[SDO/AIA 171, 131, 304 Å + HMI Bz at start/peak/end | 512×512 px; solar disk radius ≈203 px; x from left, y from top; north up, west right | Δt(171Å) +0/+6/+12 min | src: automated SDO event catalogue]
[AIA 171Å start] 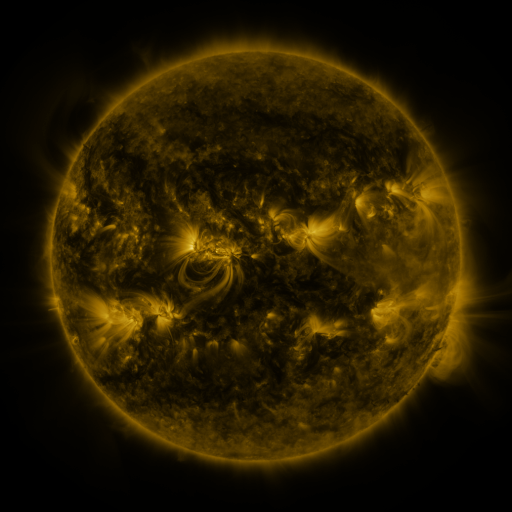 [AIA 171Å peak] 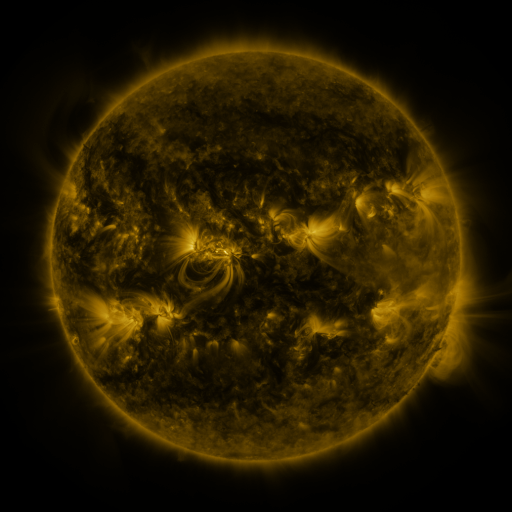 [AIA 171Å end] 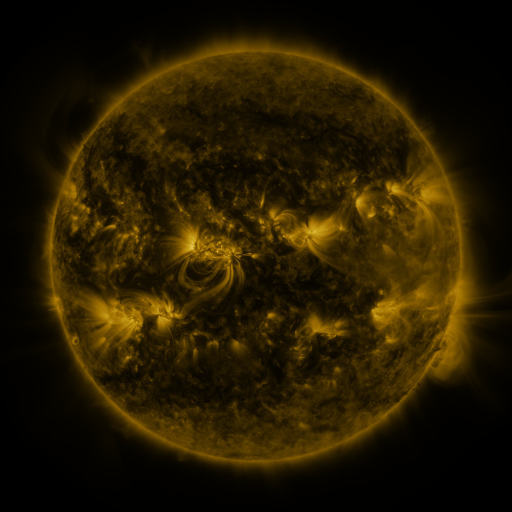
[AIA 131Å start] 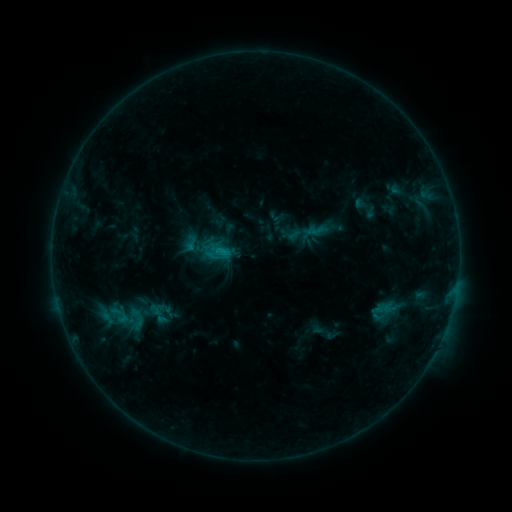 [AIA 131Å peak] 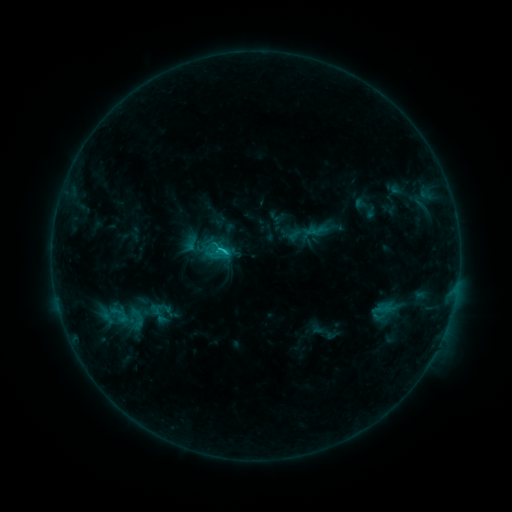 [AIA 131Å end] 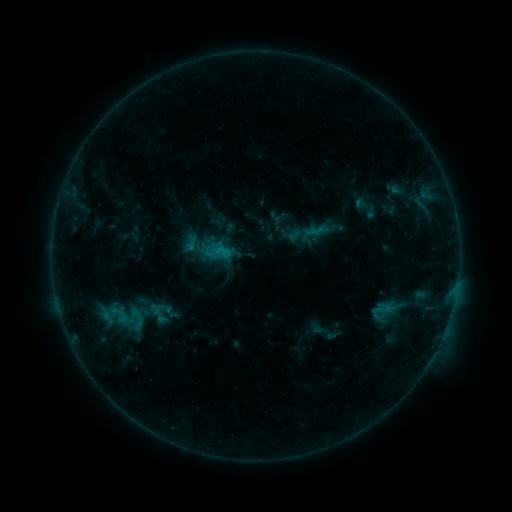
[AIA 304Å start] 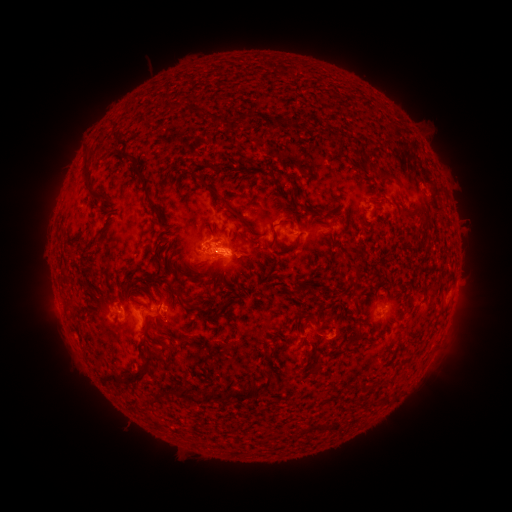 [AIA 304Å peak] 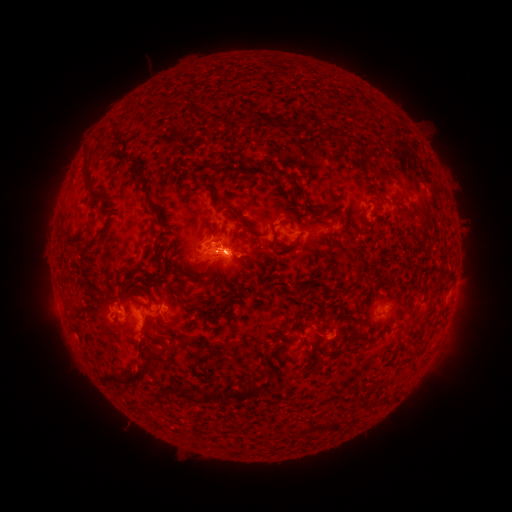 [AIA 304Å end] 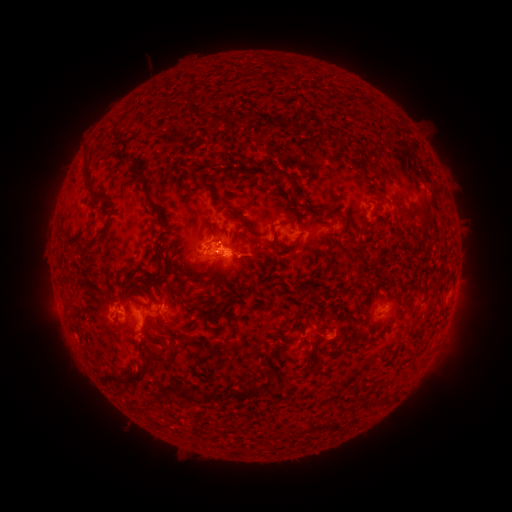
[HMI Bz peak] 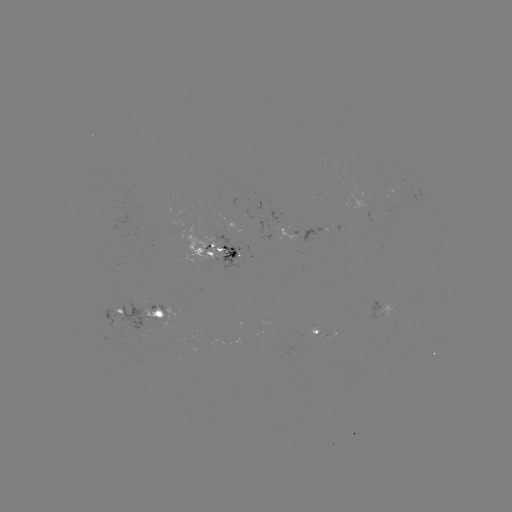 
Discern C1.4 flare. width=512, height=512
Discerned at (220, 260).